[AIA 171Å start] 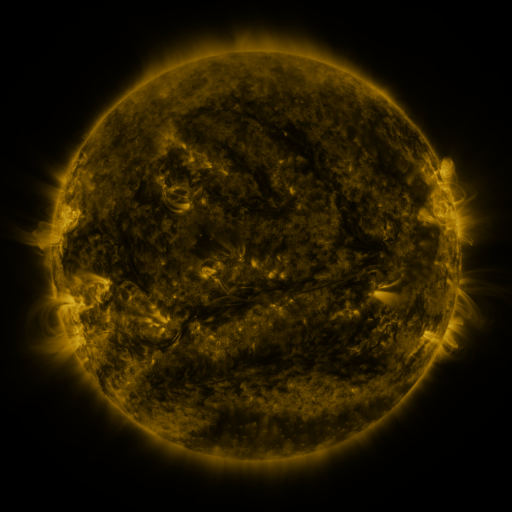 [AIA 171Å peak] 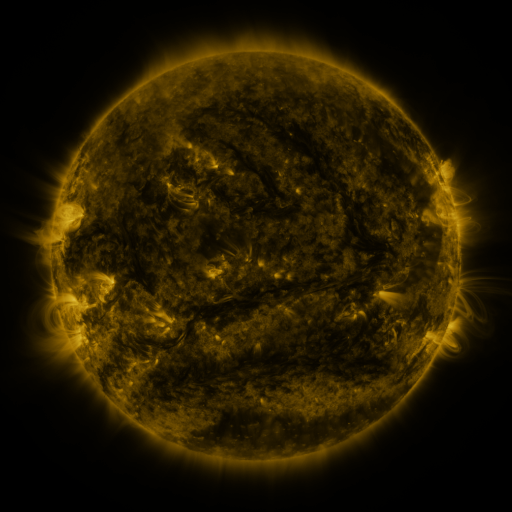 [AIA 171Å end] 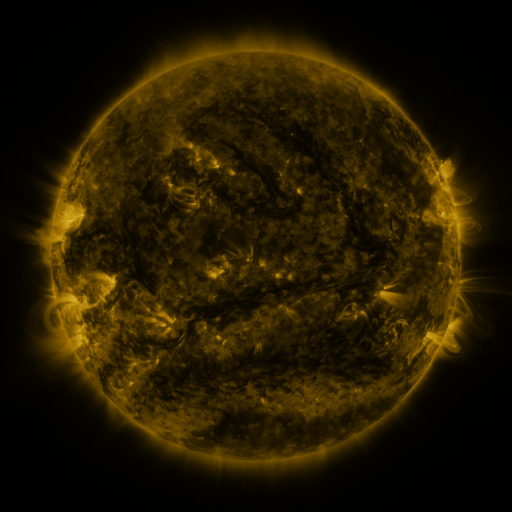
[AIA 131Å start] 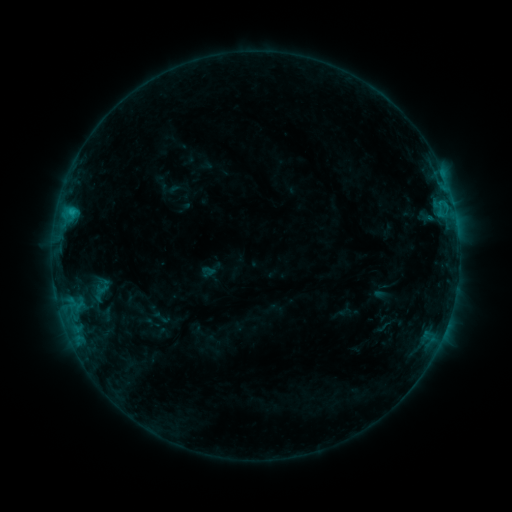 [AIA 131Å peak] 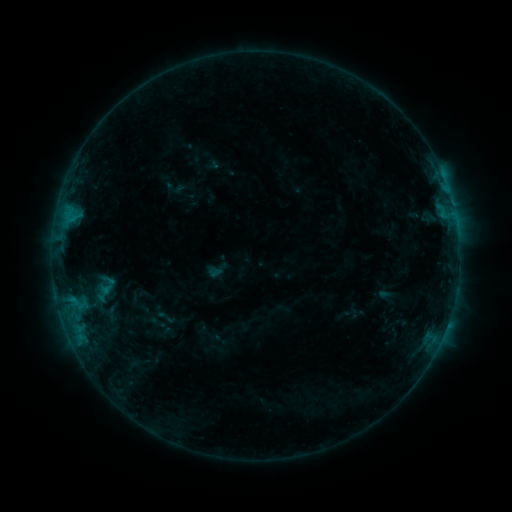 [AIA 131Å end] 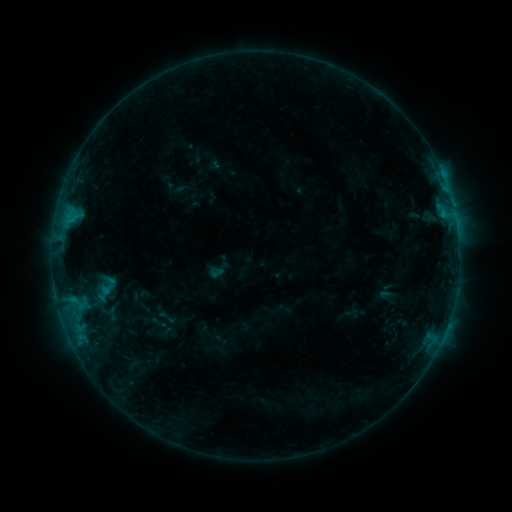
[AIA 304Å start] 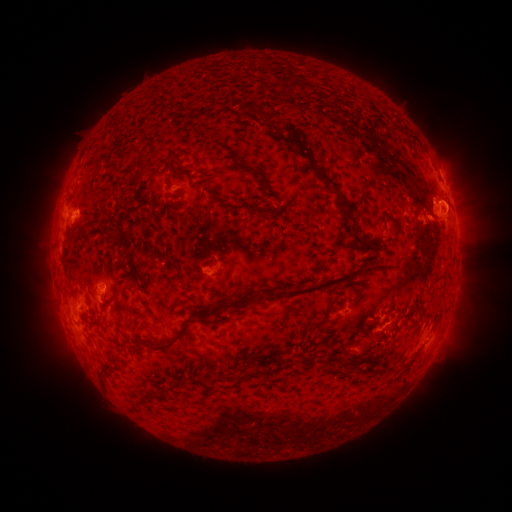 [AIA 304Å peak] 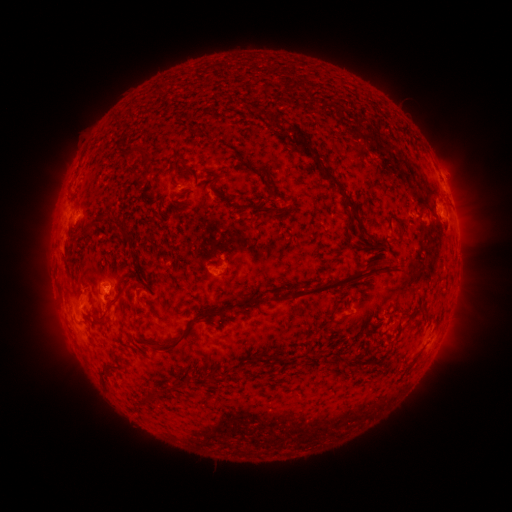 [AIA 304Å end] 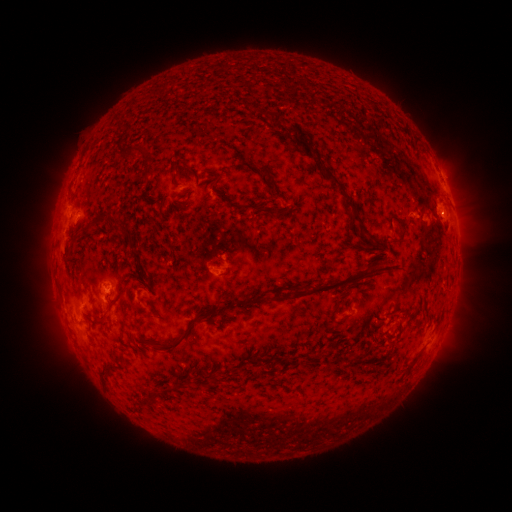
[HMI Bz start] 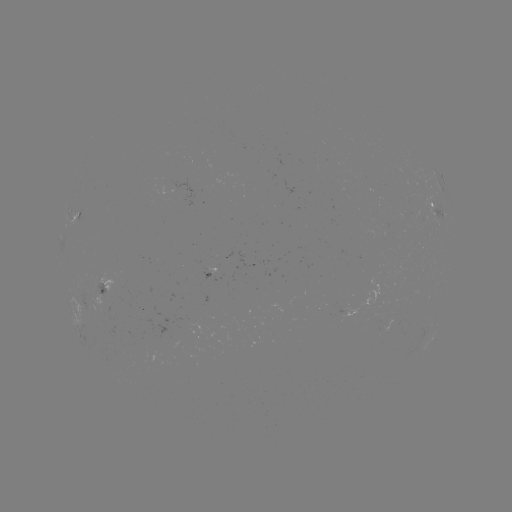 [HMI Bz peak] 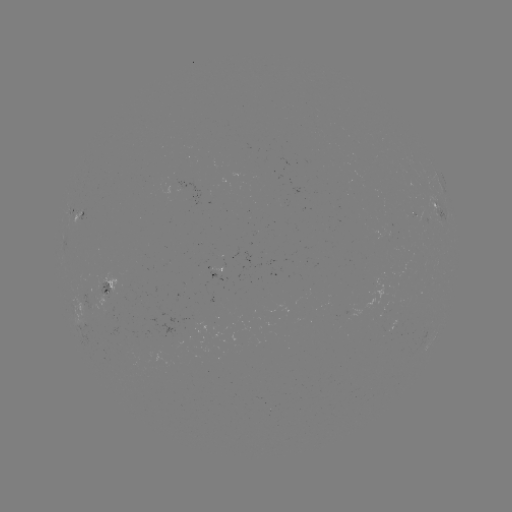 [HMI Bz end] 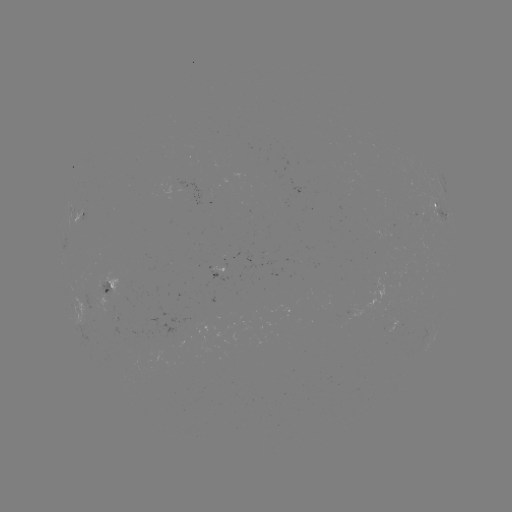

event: emerging-flux region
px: (418, 214)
